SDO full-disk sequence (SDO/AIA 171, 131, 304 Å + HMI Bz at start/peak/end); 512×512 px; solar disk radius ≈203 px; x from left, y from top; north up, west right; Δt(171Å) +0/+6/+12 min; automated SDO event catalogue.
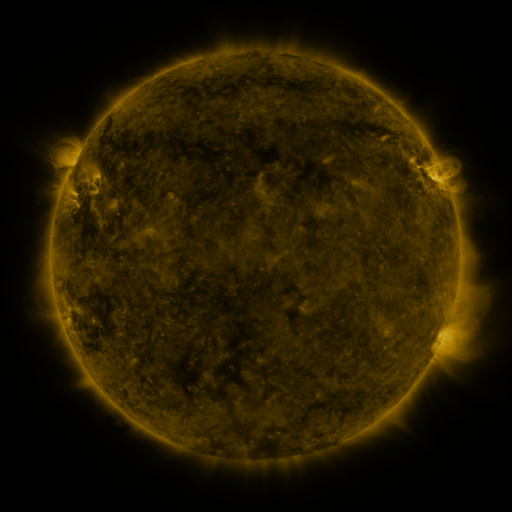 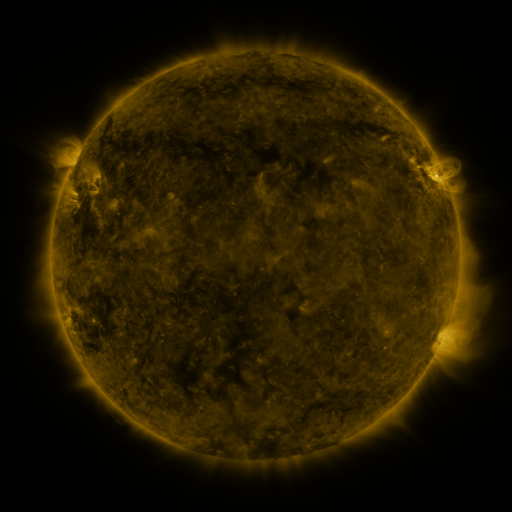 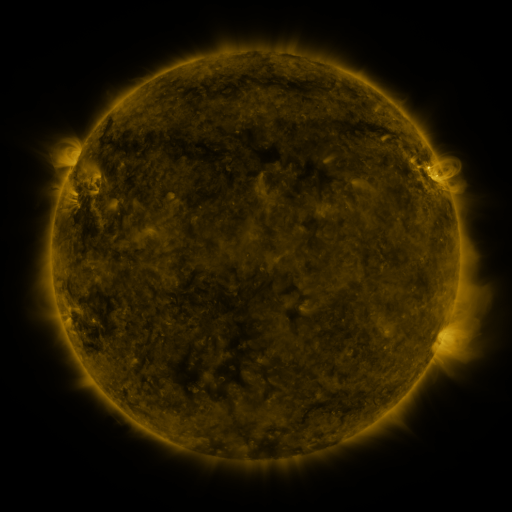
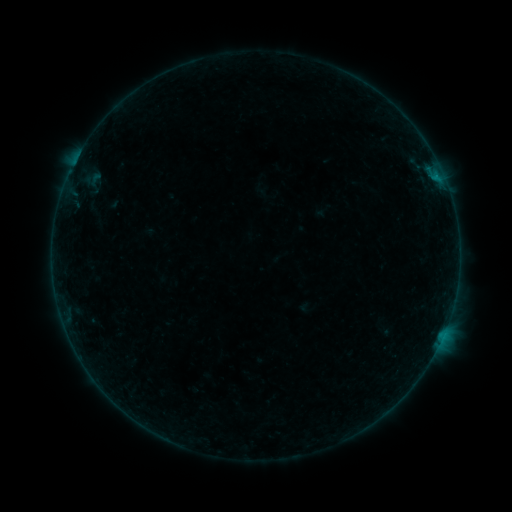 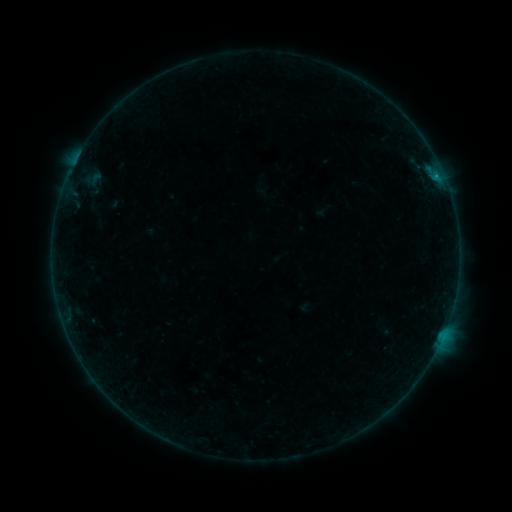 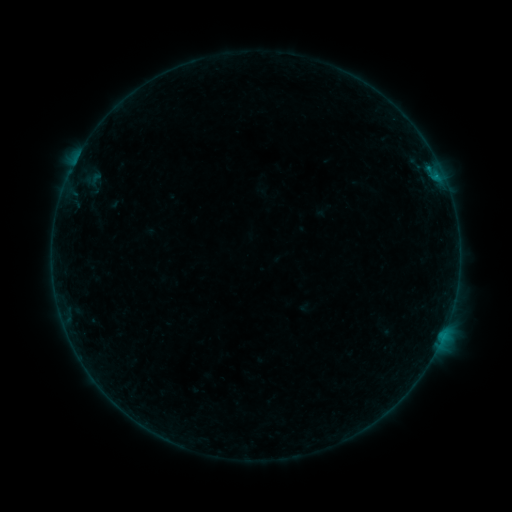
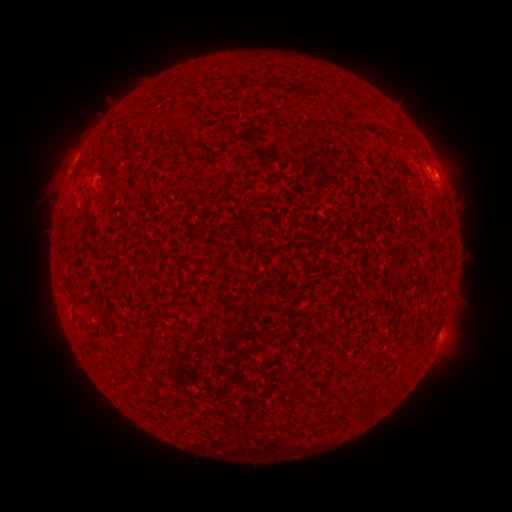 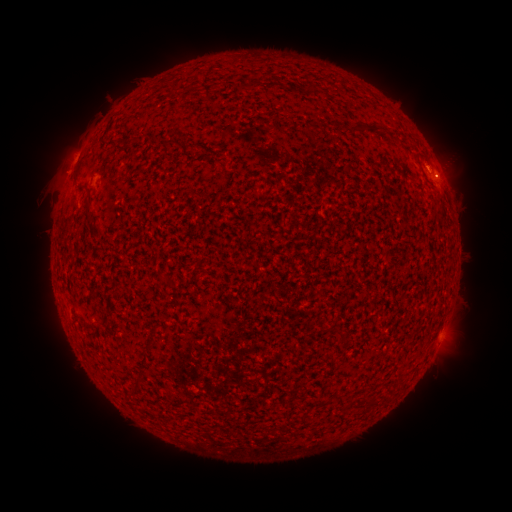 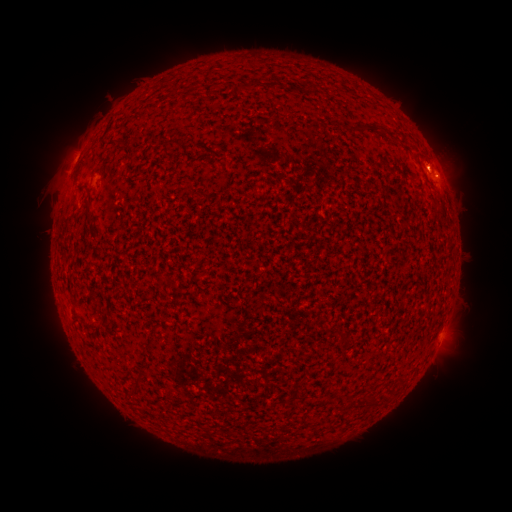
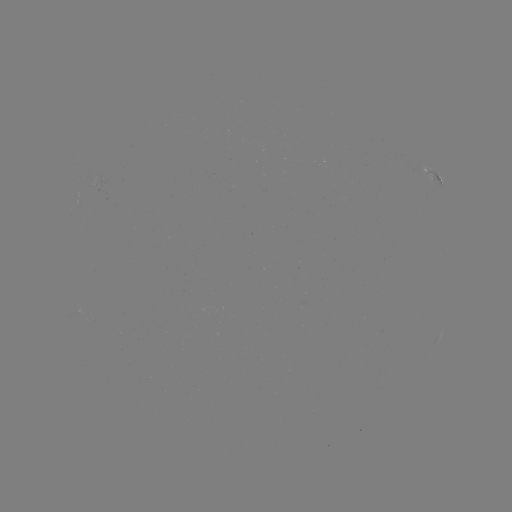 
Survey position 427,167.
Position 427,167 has B2.3 flare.